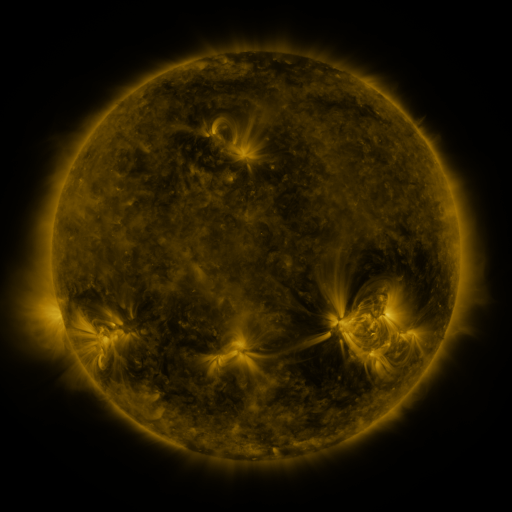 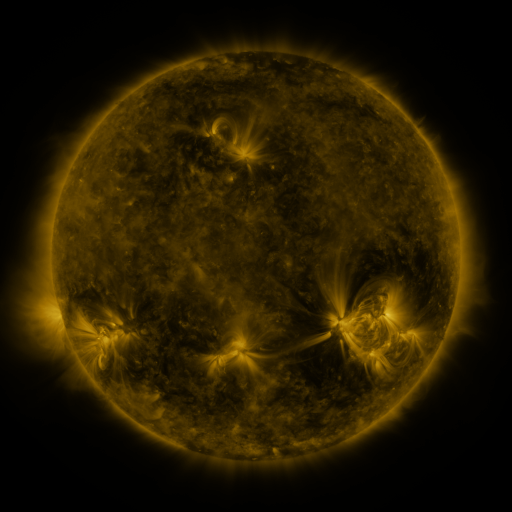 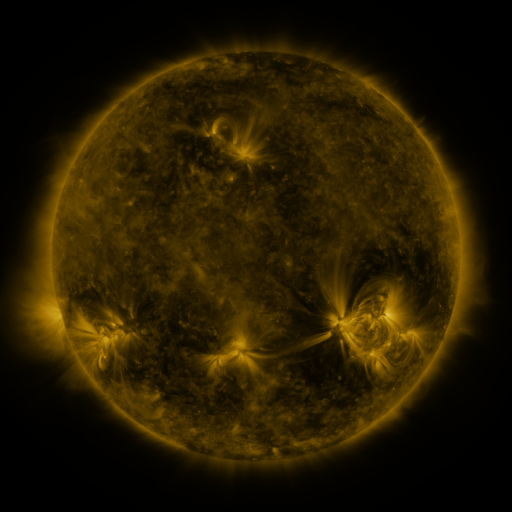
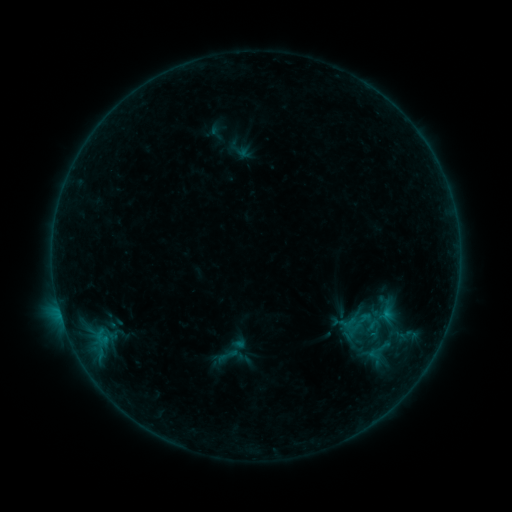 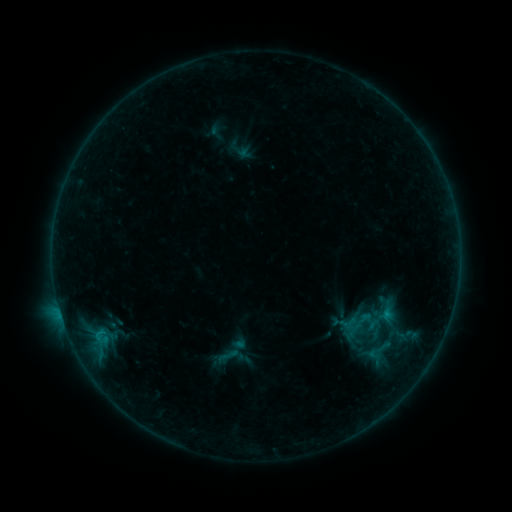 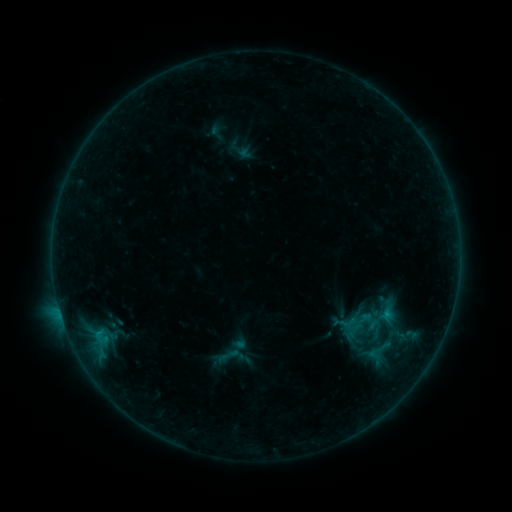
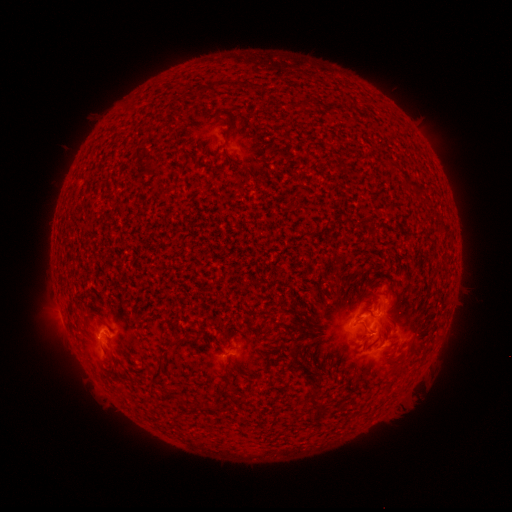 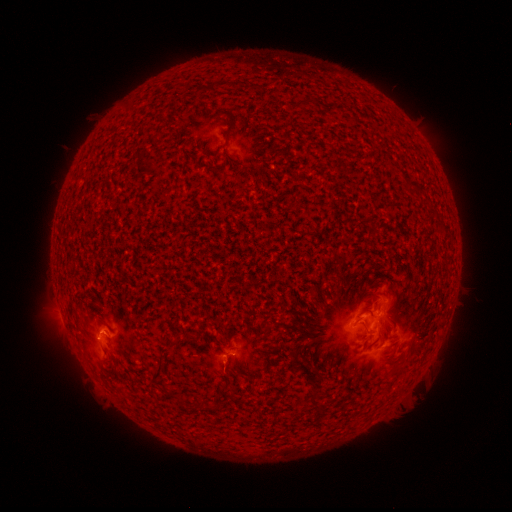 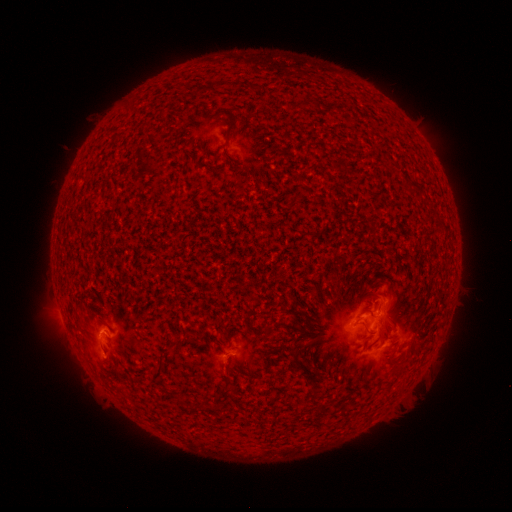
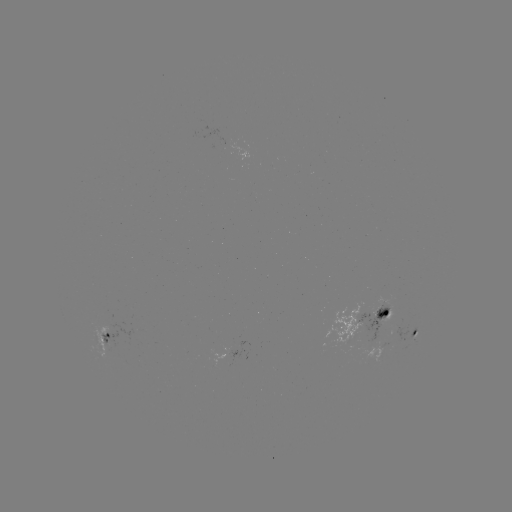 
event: flare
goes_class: B5.8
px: (99, 333)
